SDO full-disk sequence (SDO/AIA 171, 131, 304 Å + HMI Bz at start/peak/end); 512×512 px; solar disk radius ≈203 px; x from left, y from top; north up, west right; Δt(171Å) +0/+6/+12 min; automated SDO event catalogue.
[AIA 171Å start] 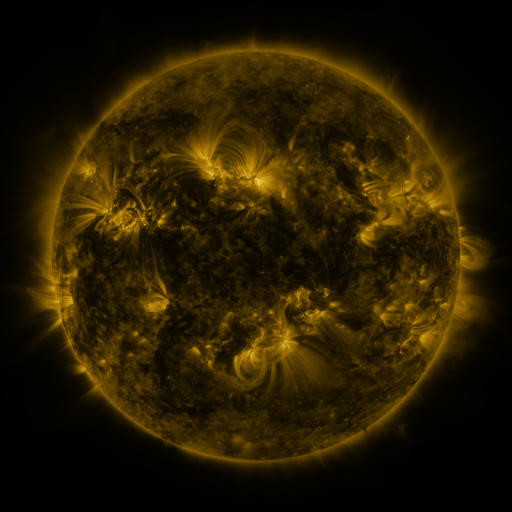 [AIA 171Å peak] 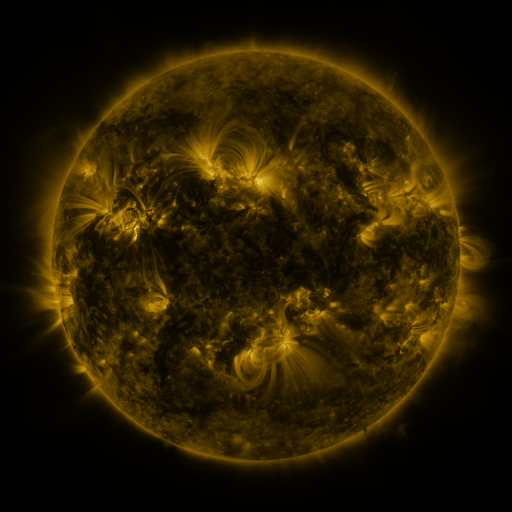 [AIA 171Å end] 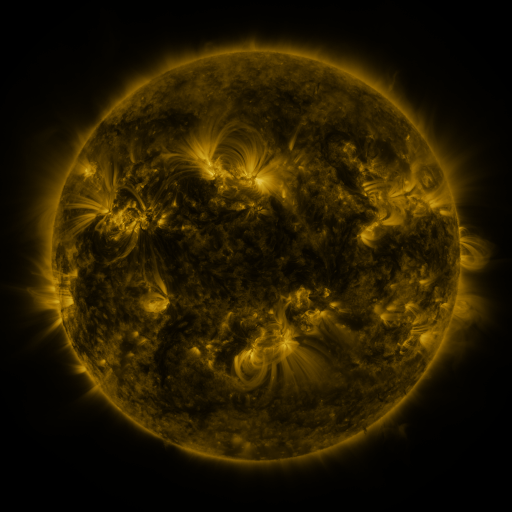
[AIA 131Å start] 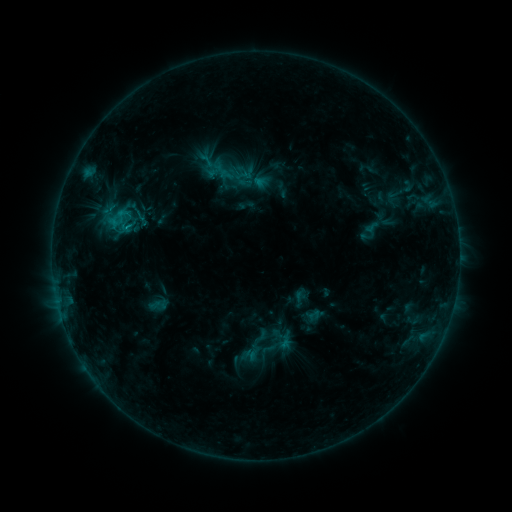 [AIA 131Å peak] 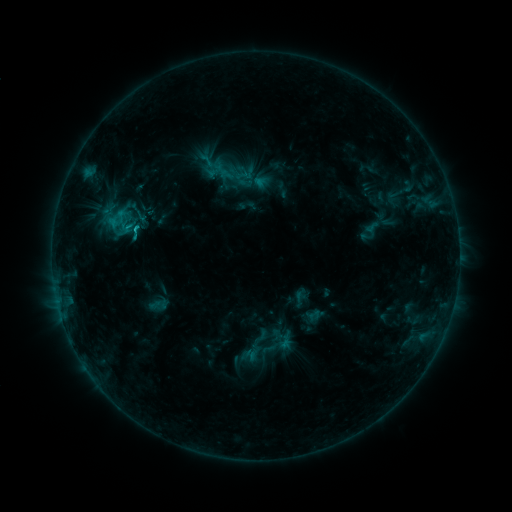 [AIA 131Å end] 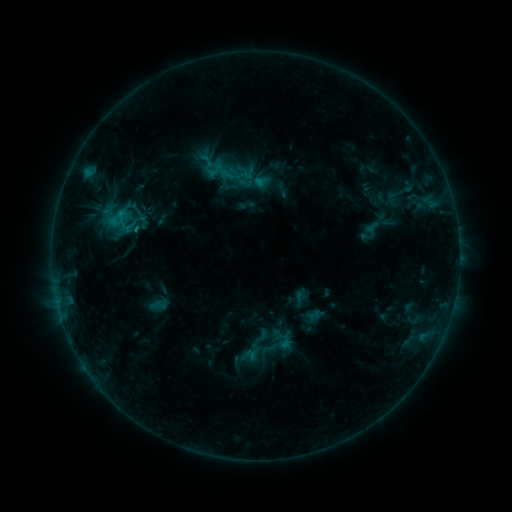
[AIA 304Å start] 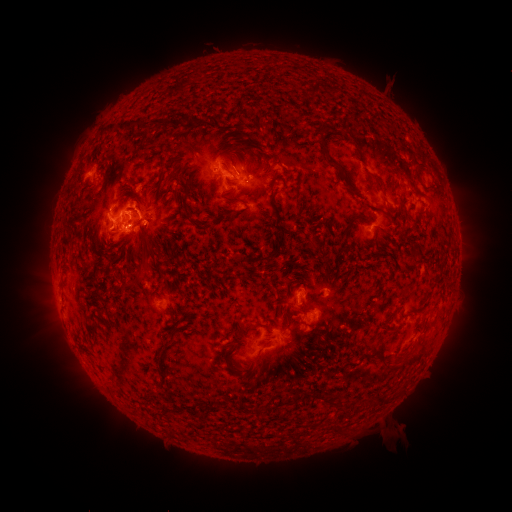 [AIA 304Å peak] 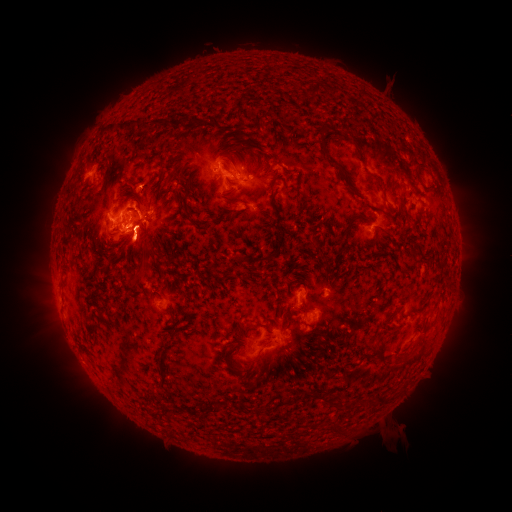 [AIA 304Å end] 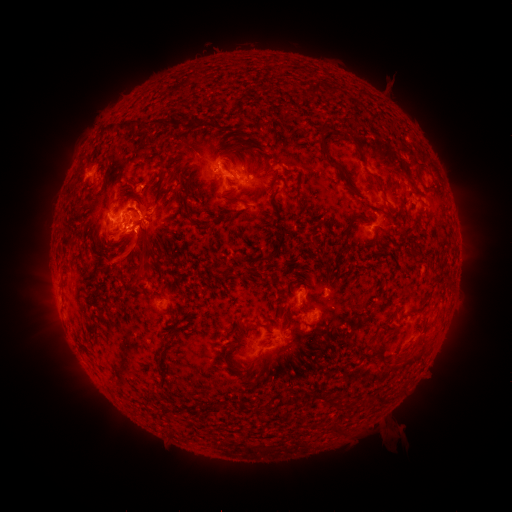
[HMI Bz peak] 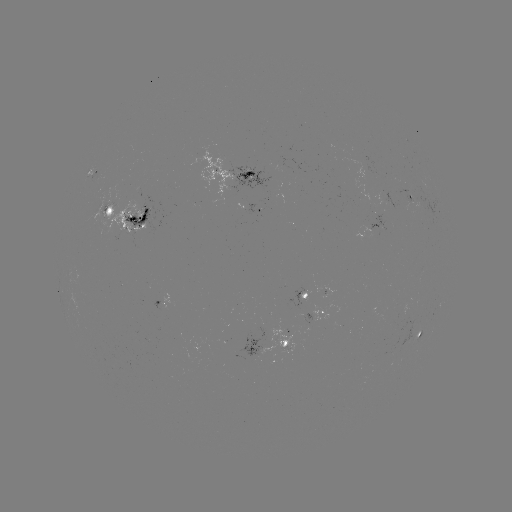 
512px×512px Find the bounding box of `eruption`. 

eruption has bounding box [112, 137, 165, 221].